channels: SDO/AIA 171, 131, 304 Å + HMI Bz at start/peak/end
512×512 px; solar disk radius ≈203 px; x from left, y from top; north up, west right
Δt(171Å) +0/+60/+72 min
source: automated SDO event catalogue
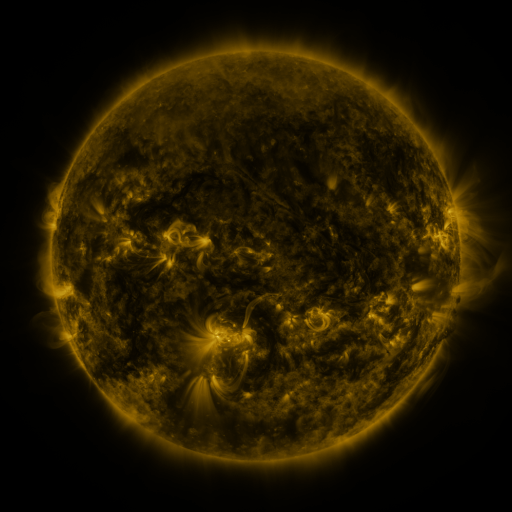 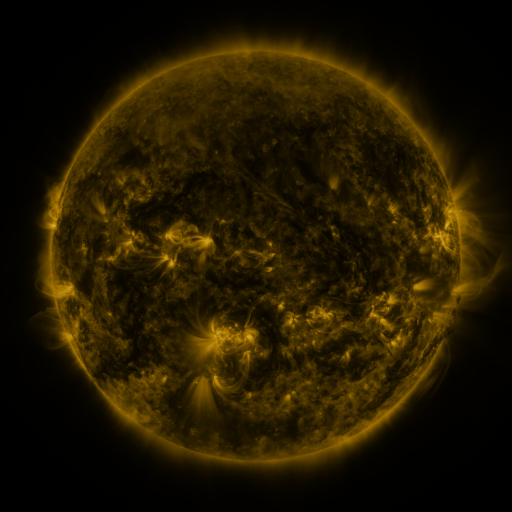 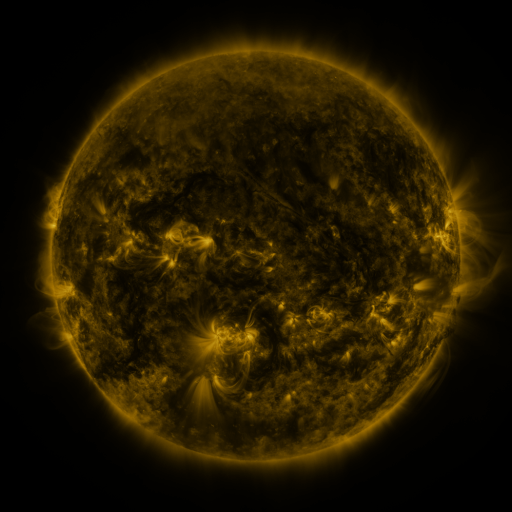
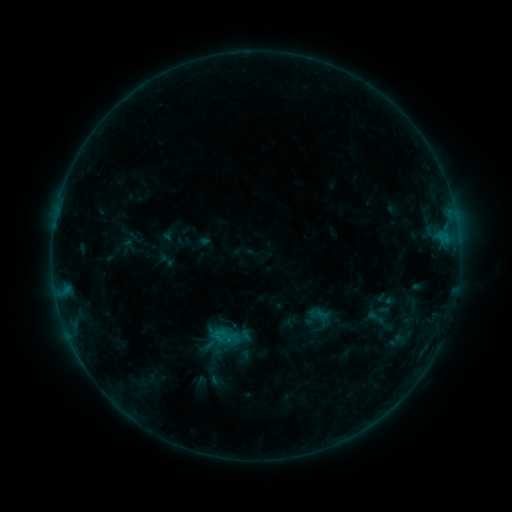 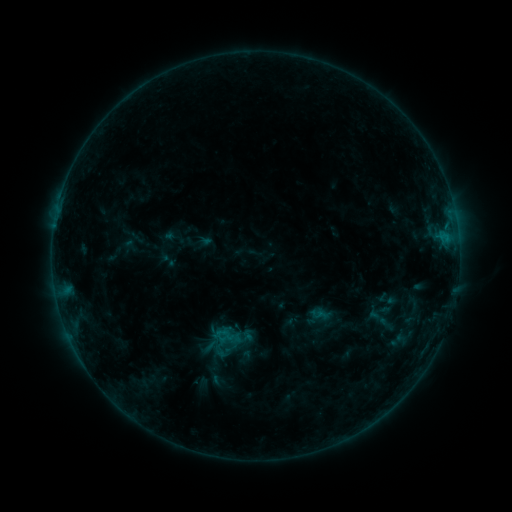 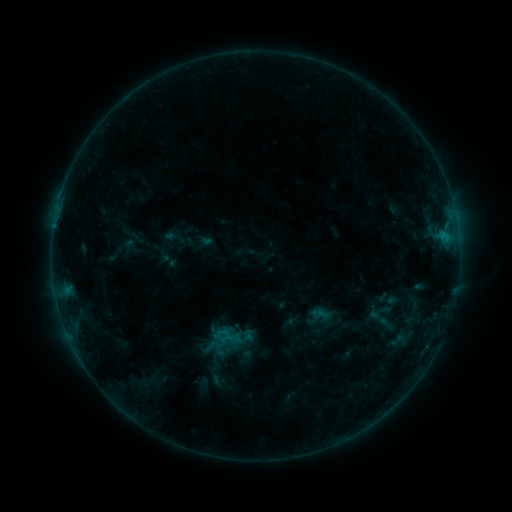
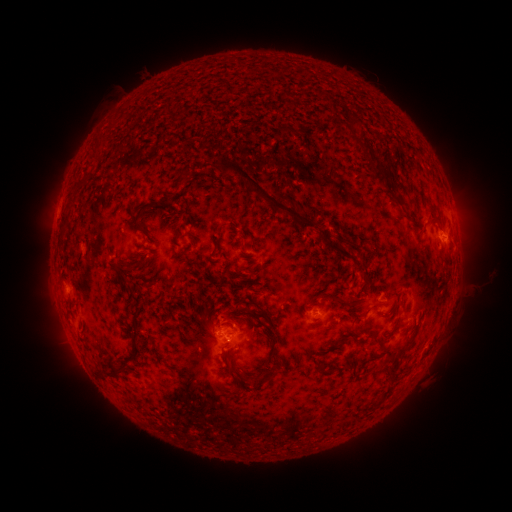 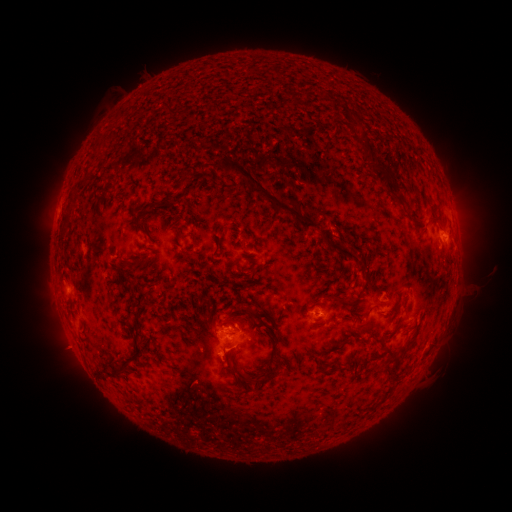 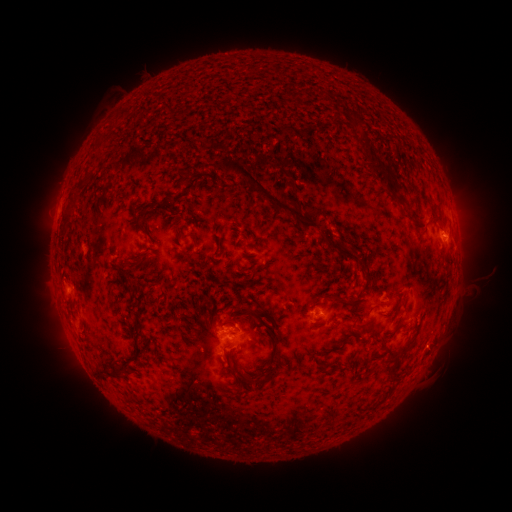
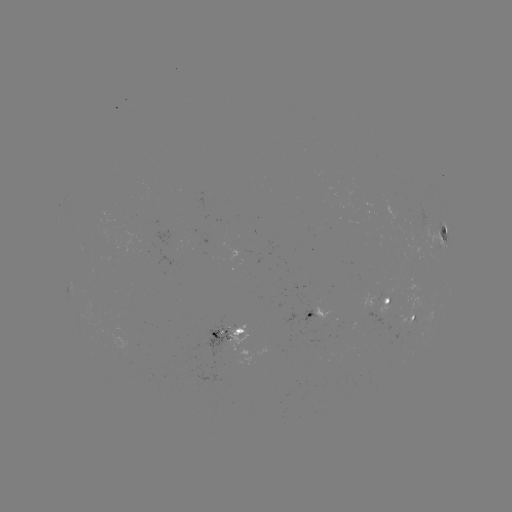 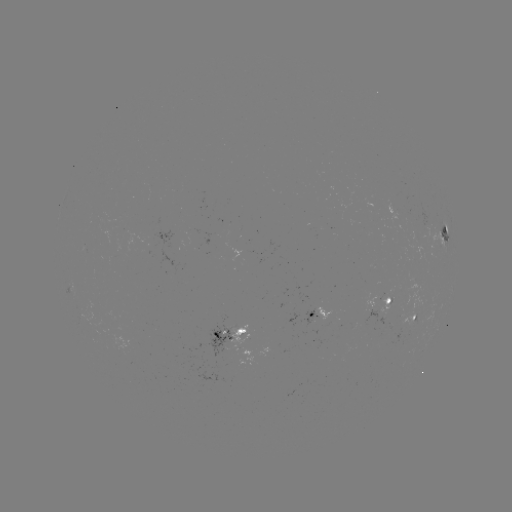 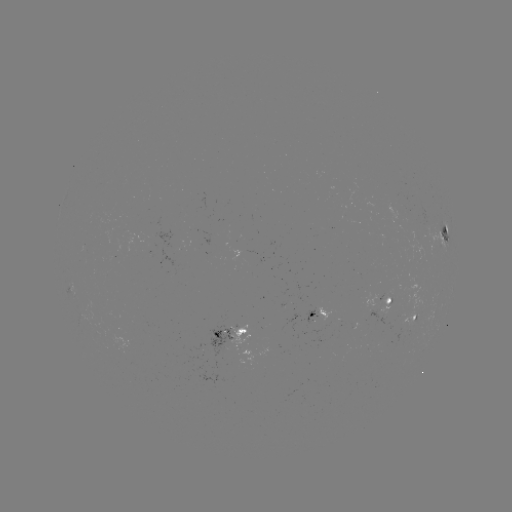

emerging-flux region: [402, 278, 425, 325]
